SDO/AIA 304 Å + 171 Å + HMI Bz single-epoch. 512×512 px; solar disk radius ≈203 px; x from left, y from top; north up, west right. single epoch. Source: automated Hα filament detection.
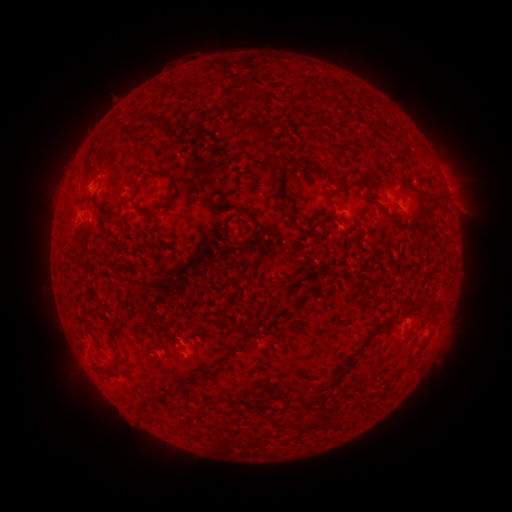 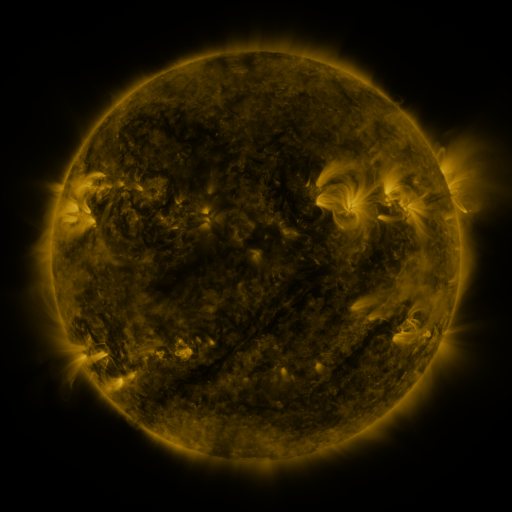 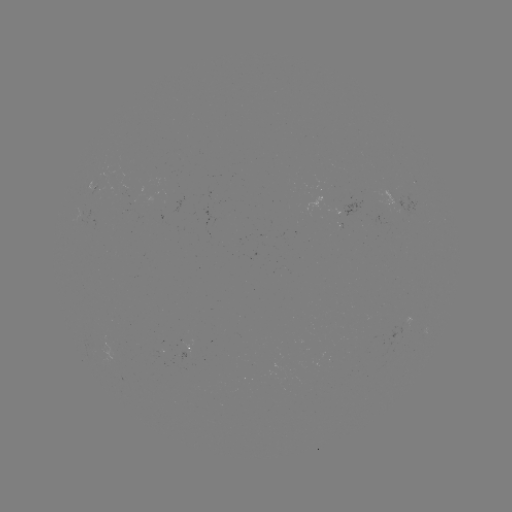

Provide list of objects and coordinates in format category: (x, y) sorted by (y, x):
filament: (157, 121)
filament: (215, 125)
filament: (267, 133)
filament: (130, 136)
filament: (272, 155)
filament: (87, 163)
filament: (269, 167)
filament: (161, 170)
filament: (401, 172)
filament: (279, 189)
filament: (345, 194)
filament: (357, 198)
filament: (94, 201)
filament: (164, 202)
filament: (428, 211)
filament: (301, 223)
filament: (433, 232)
filament: (273, 309)
filament: (398, 311)
filament: (252, 329)
filament: (379, 329)
filament: (235, 349)
filament: (340, 375)
filament: (314, 396)
filament: (292, 424)
filament: (313, 424)
